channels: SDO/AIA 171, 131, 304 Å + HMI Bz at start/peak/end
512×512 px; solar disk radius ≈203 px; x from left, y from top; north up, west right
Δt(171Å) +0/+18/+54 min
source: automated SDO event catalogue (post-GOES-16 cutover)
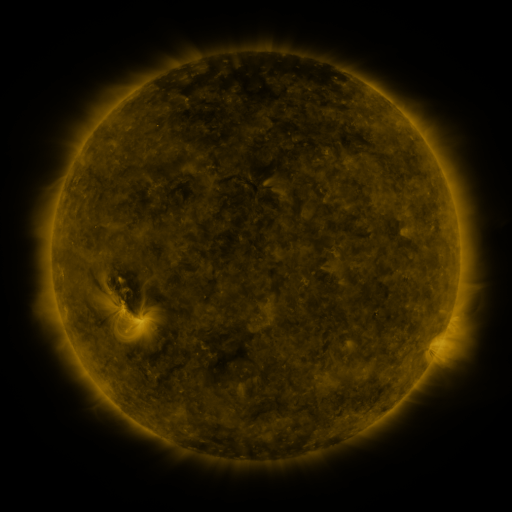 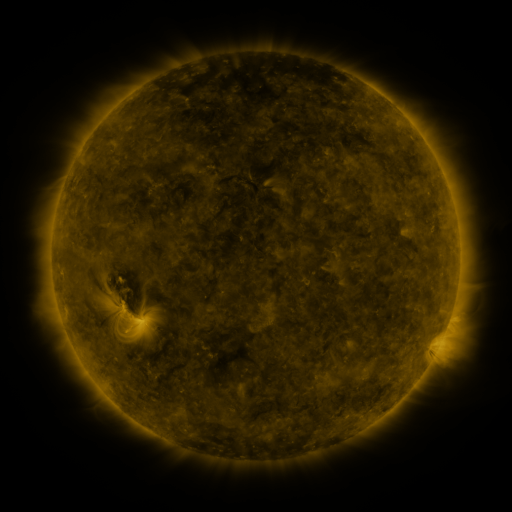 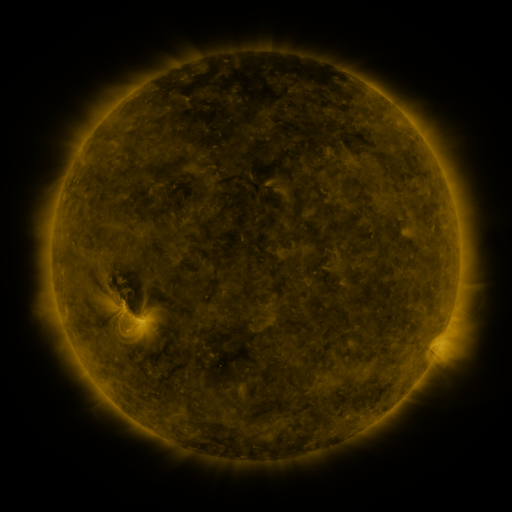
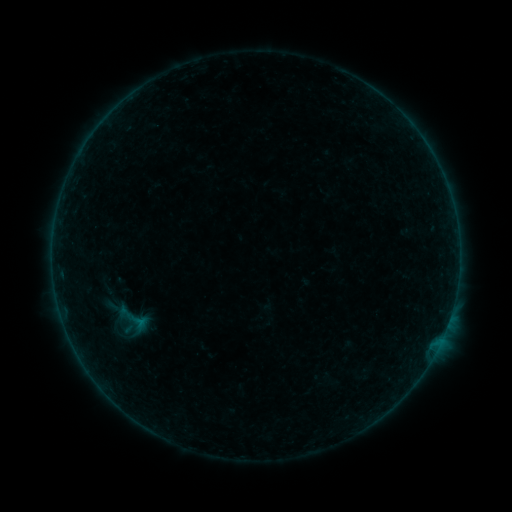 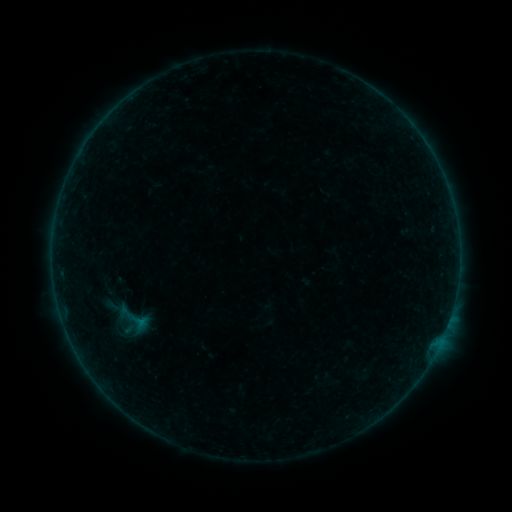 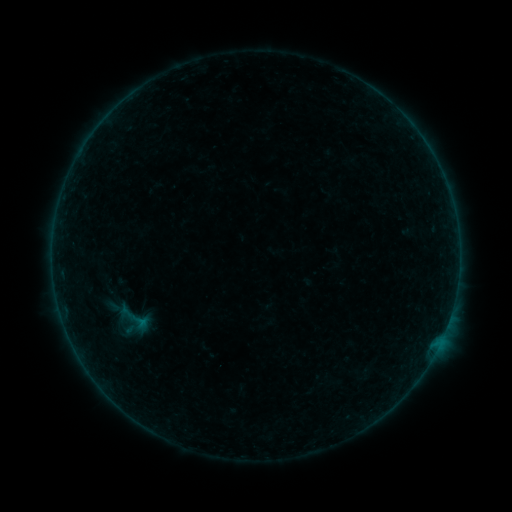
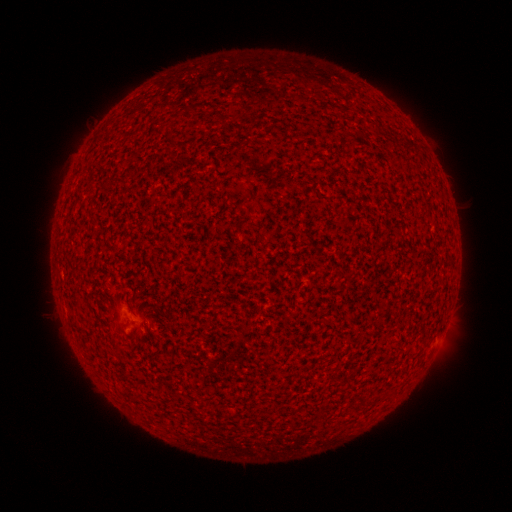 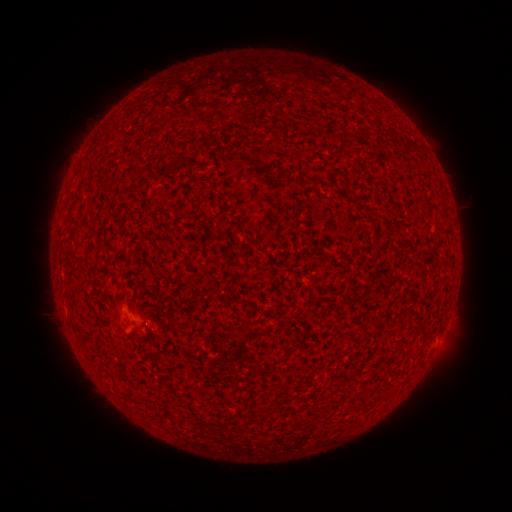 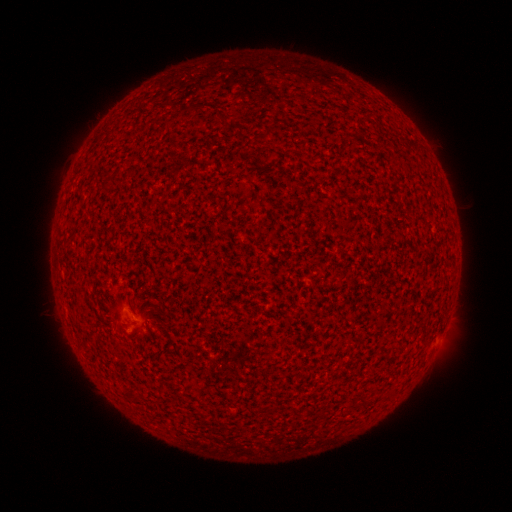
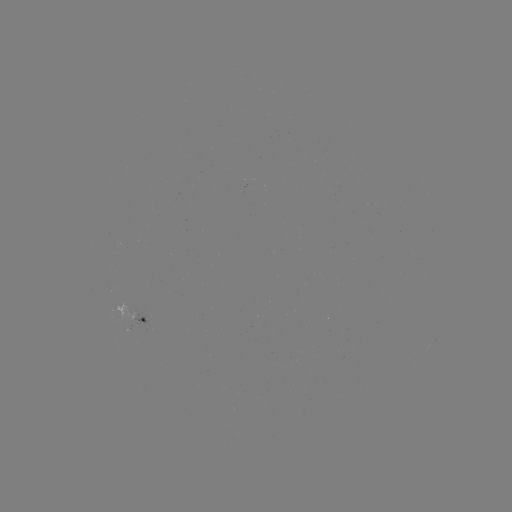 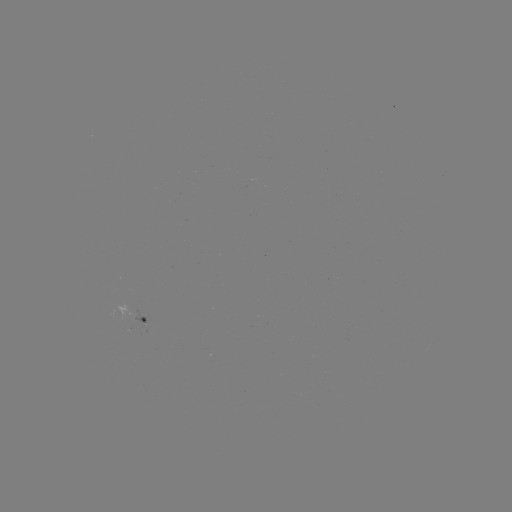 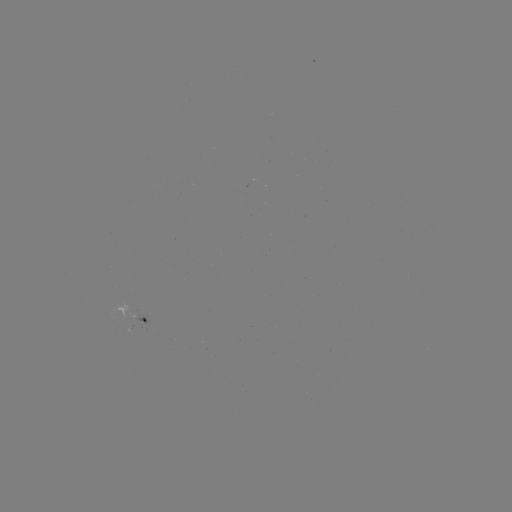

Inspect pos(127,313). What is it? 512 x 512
A3.5 flare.